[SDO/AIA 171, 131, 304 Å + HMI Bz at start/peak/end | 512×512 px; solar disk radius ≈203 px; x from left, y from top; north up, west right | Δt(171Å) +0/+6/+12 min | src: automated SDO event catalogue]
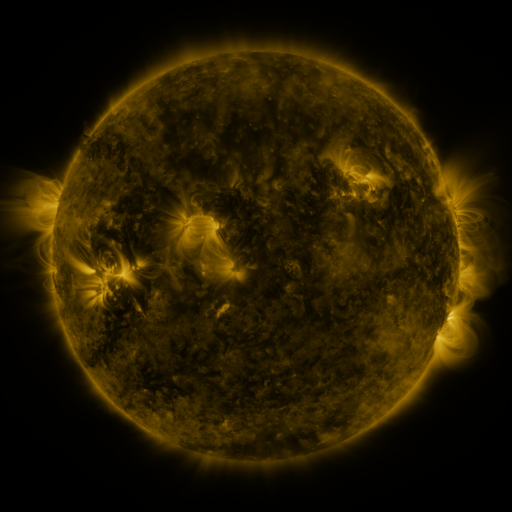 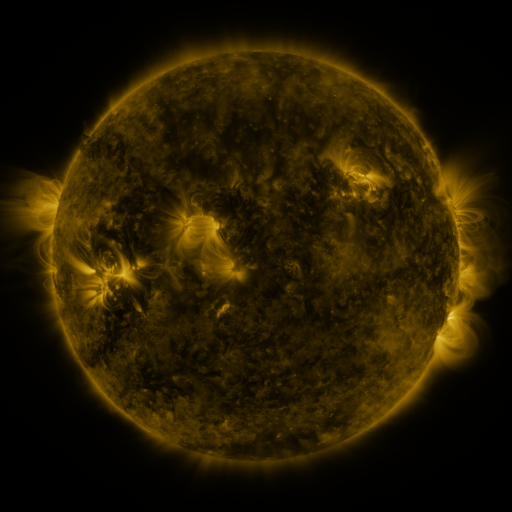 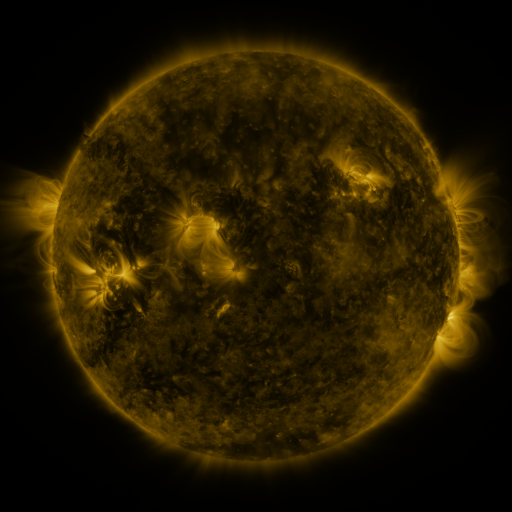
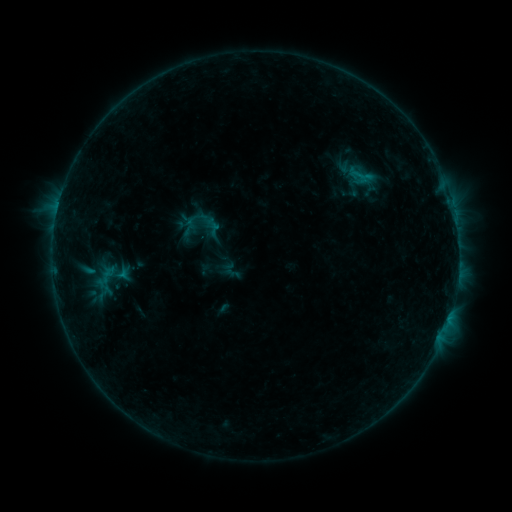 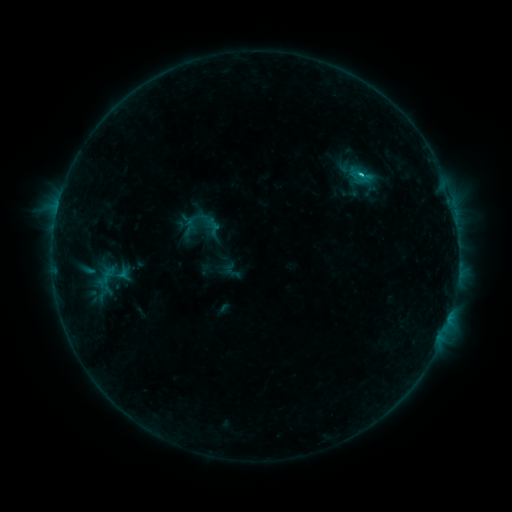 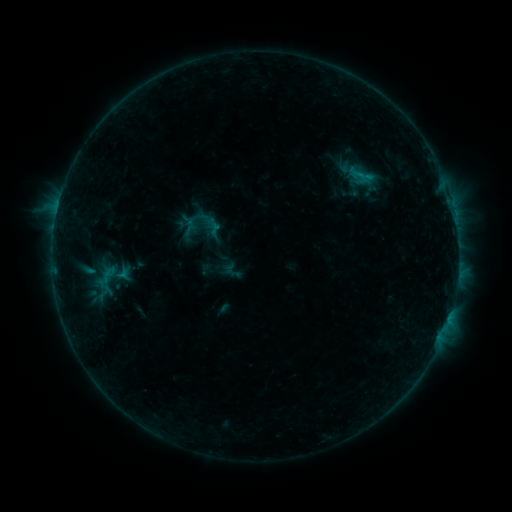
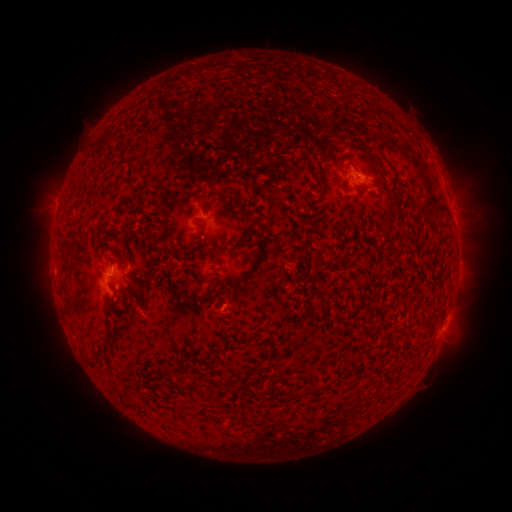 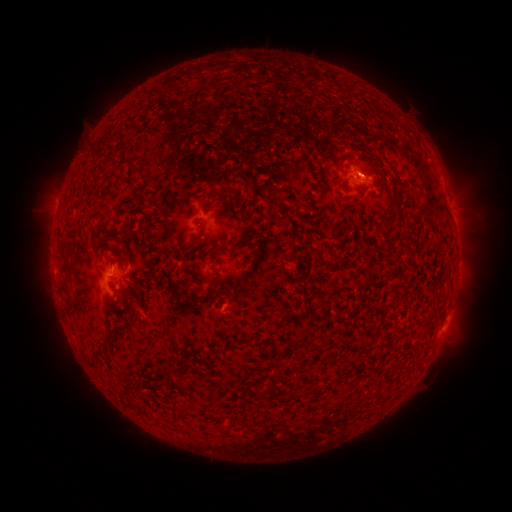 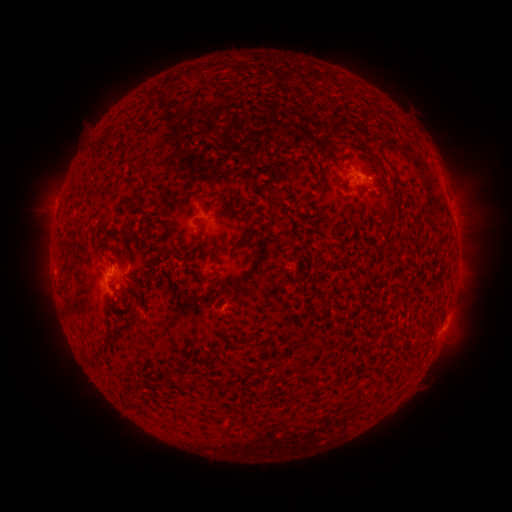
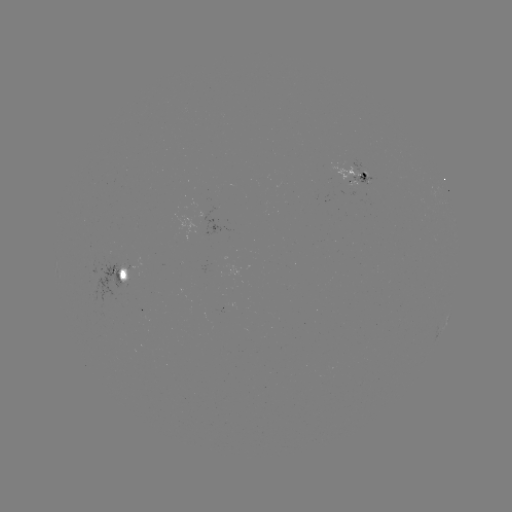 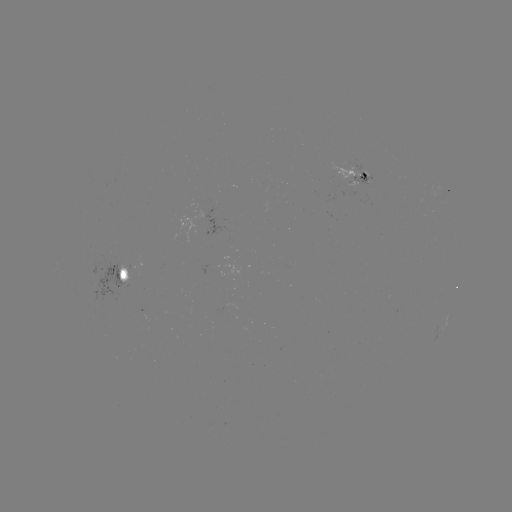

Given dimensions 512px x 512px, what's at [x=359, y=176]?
B6.1 flare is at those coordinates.